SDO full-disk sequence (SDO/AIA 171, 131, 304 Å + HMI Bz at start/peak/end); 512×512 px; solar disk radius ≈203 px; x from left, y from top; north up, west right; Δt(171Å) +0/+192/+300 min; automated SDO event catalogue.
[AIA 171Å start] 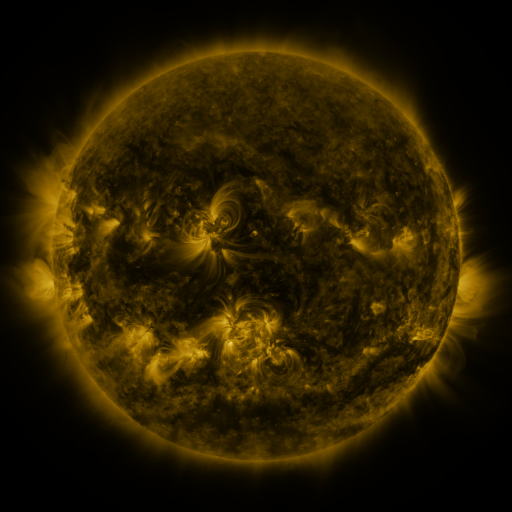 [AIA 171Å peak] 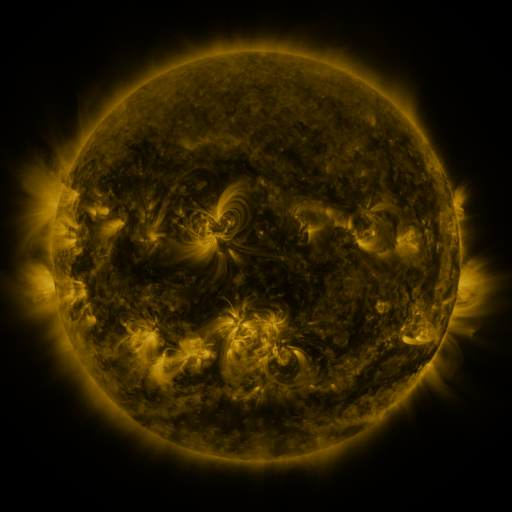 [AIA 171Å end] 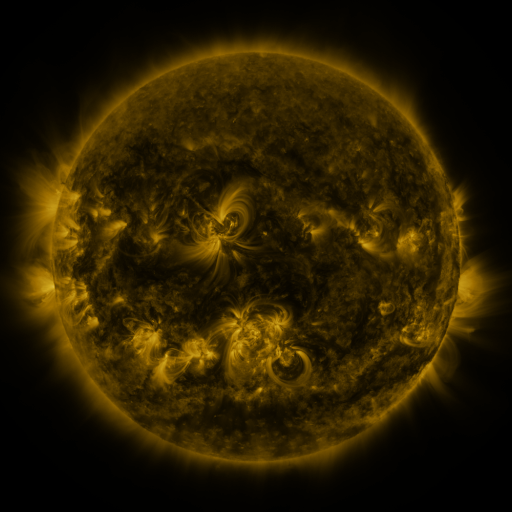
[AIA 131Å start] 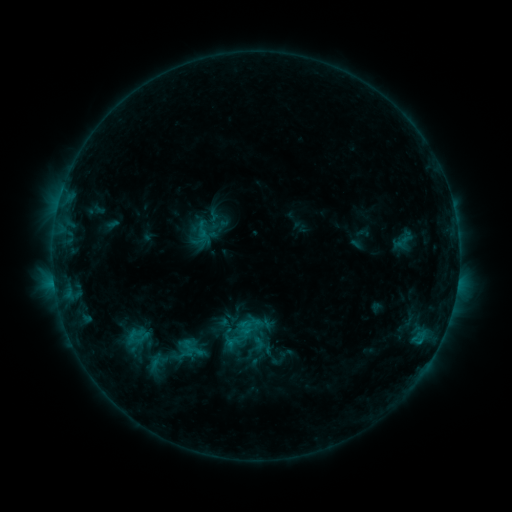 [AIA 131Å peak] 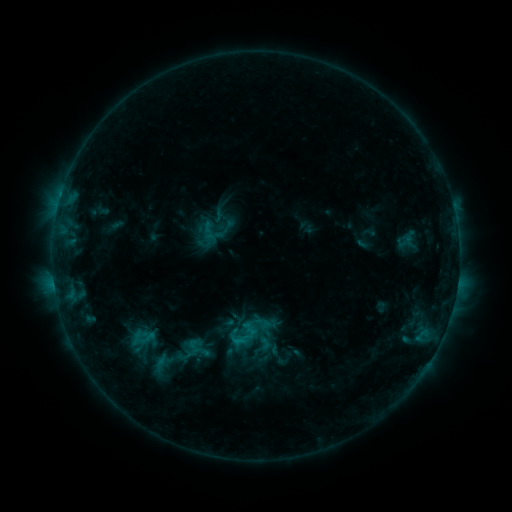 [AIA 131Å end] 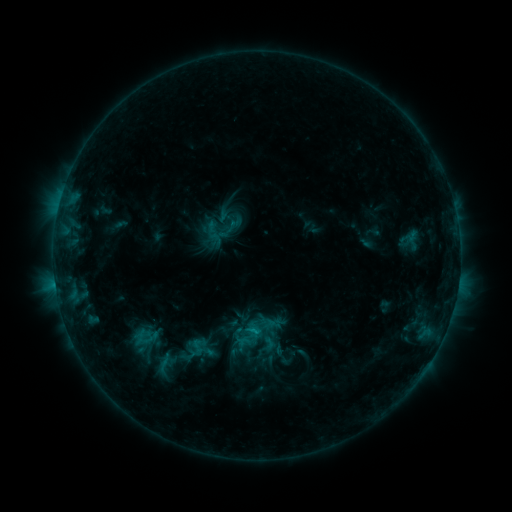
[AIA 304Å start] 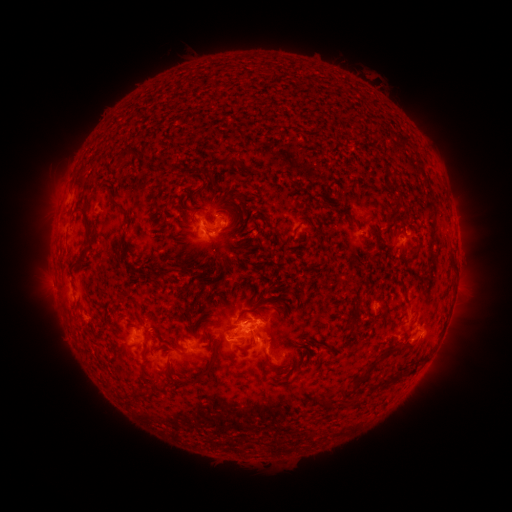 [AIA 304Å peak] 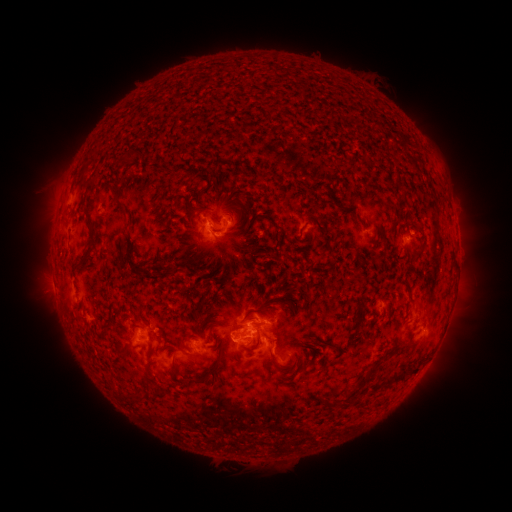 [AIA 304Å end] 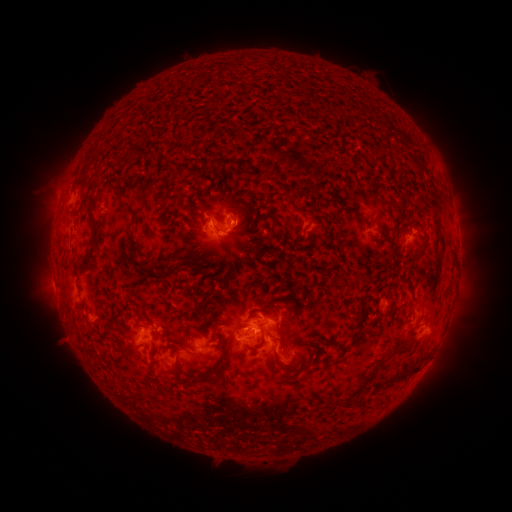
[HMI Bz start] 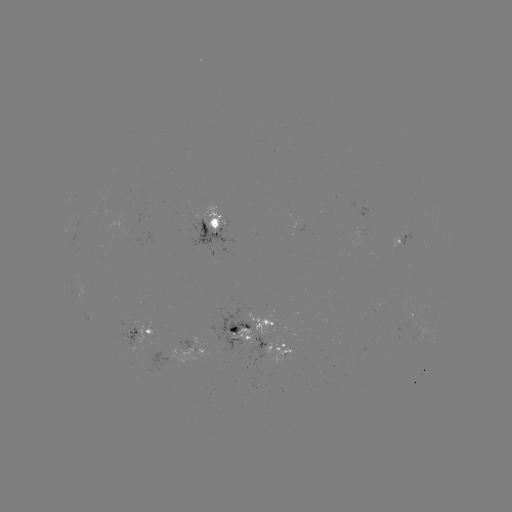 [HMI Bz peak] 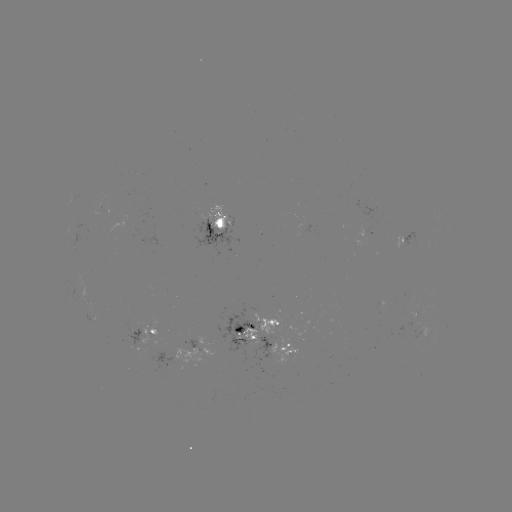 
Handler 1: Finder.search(emerging-flux region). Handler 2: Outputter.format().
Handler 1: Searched emerging-flux region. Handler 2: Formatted [256, 344].